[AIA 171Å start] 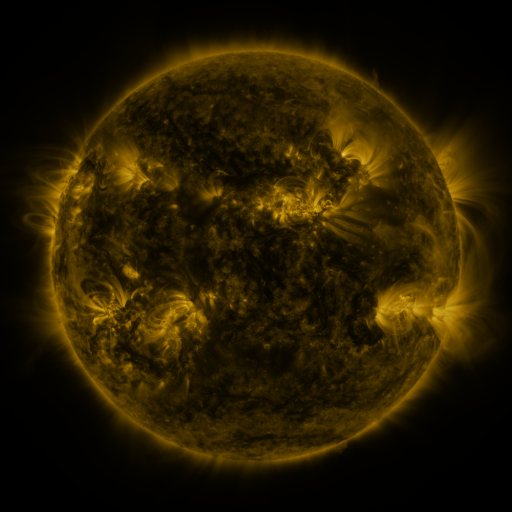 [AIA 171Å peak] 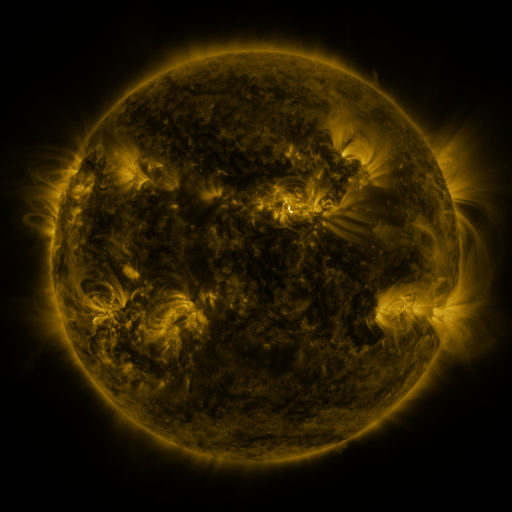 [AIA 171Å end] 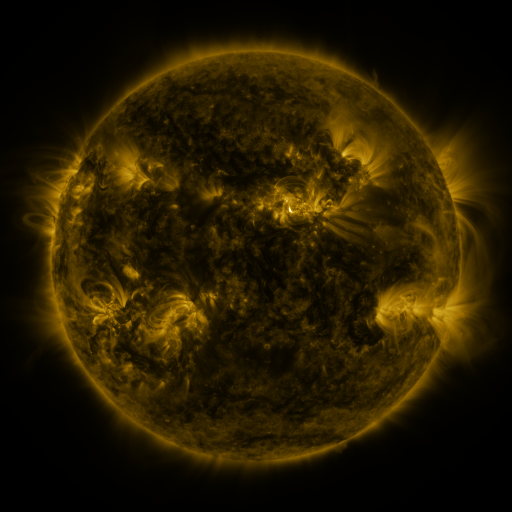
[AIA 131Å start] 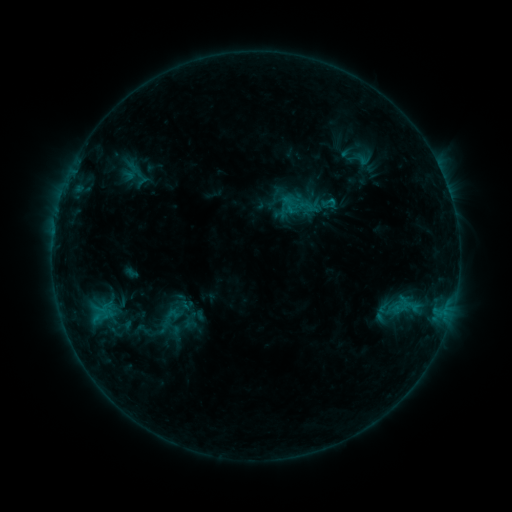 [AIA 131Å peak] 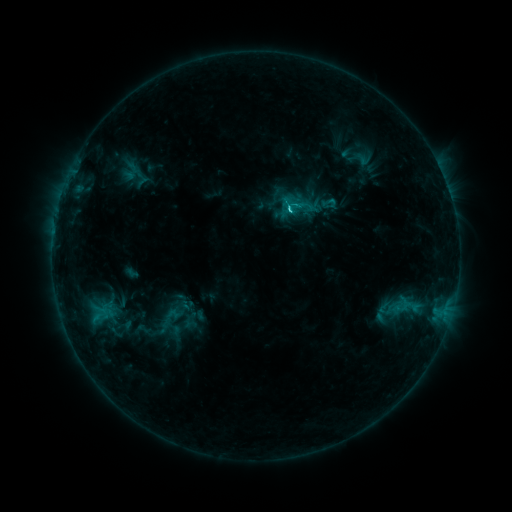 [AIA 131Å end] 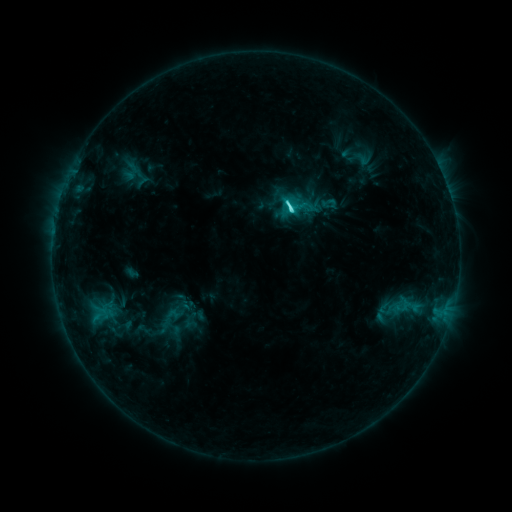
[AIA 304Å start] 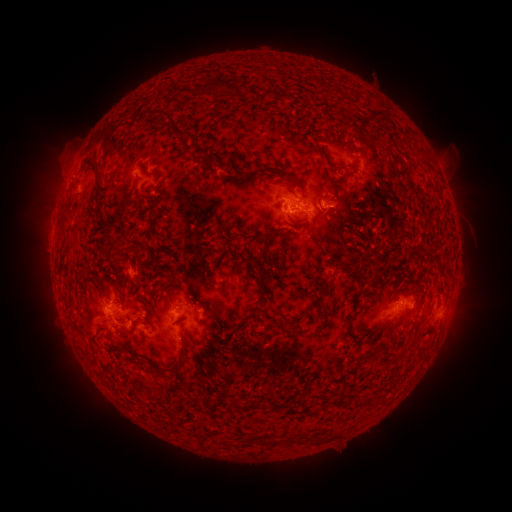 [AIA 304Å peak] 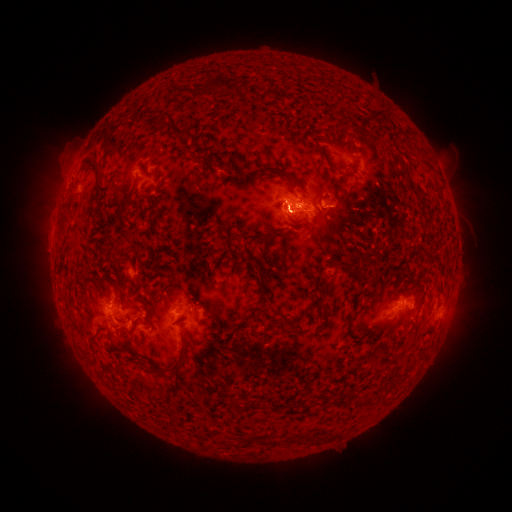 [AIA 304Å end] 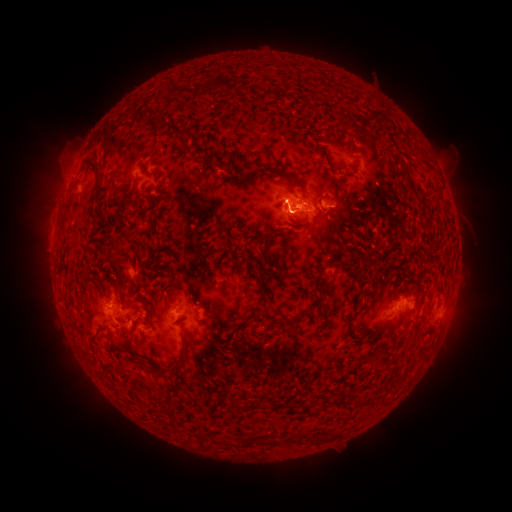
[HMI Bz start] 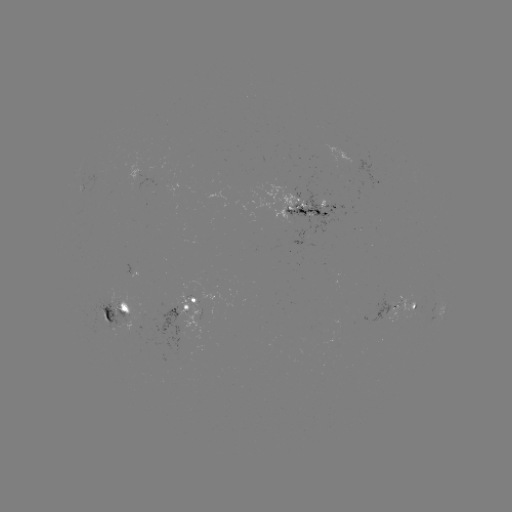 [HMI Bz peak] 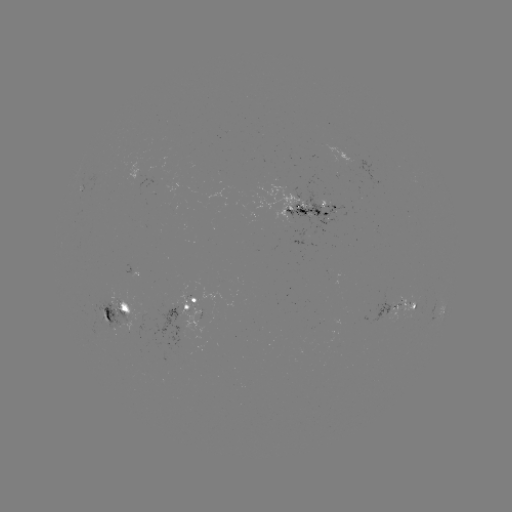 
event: flare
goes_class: C4.6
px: (287, 213)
